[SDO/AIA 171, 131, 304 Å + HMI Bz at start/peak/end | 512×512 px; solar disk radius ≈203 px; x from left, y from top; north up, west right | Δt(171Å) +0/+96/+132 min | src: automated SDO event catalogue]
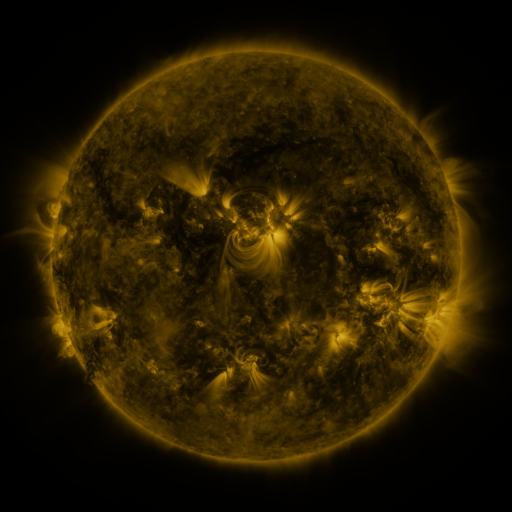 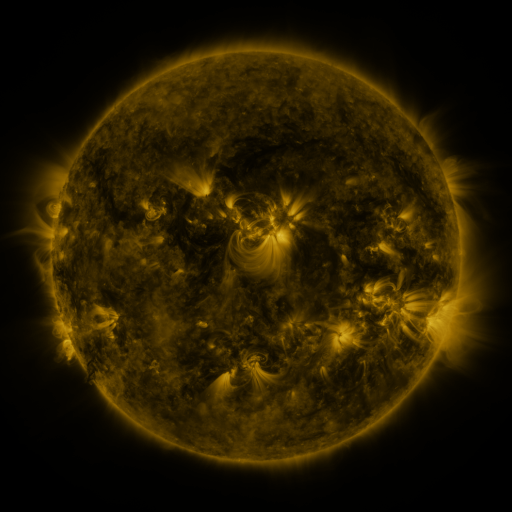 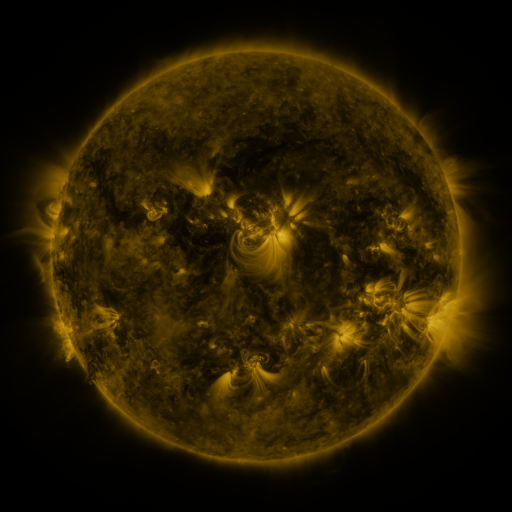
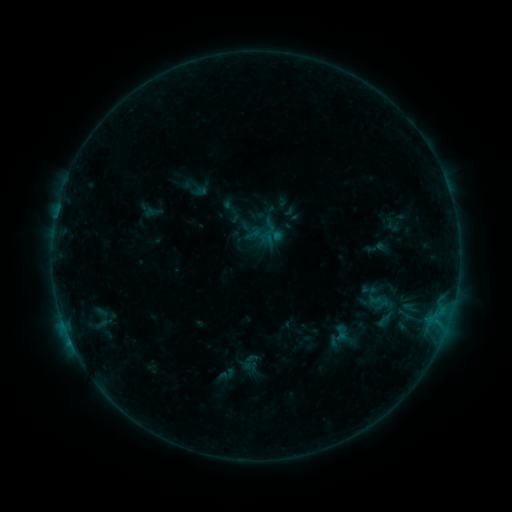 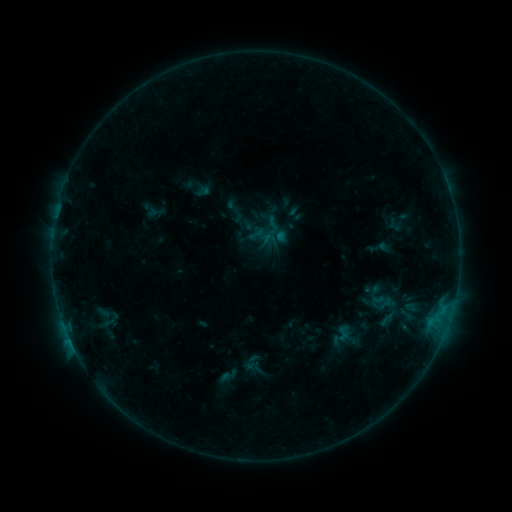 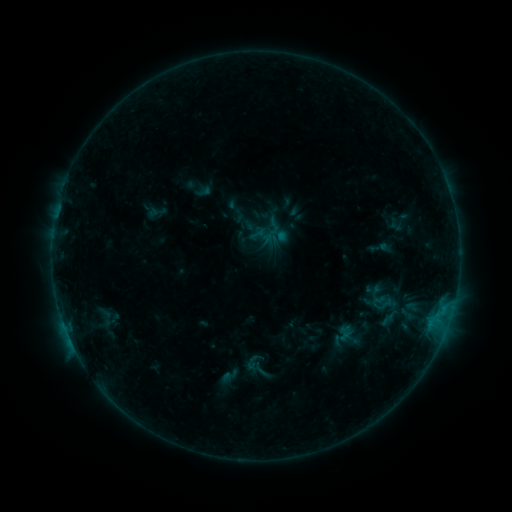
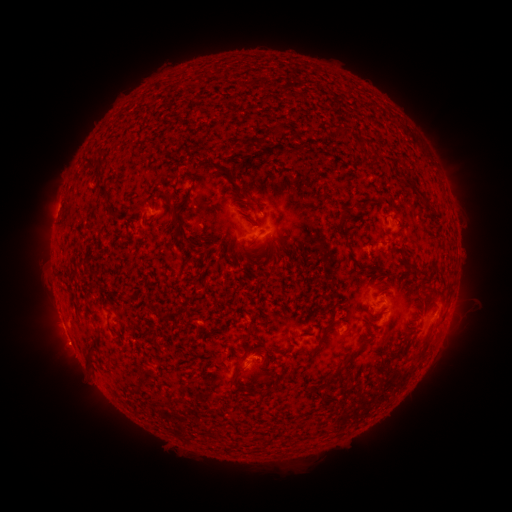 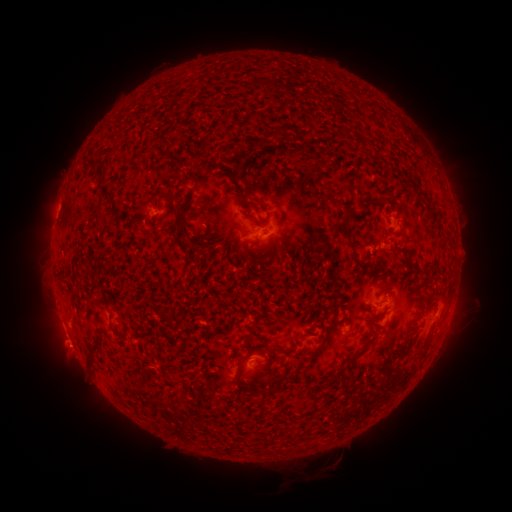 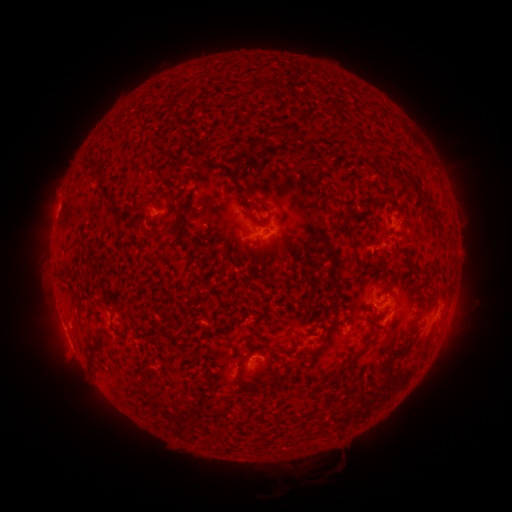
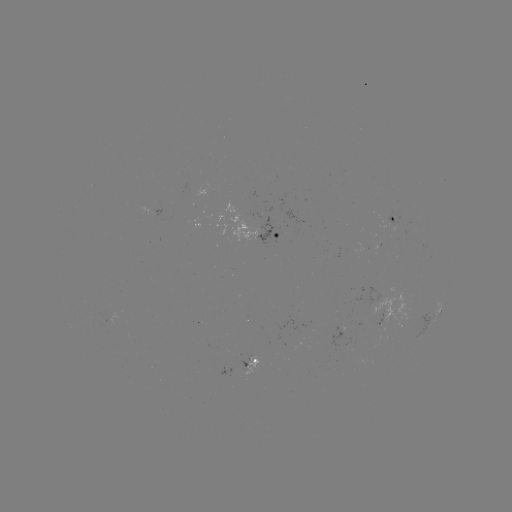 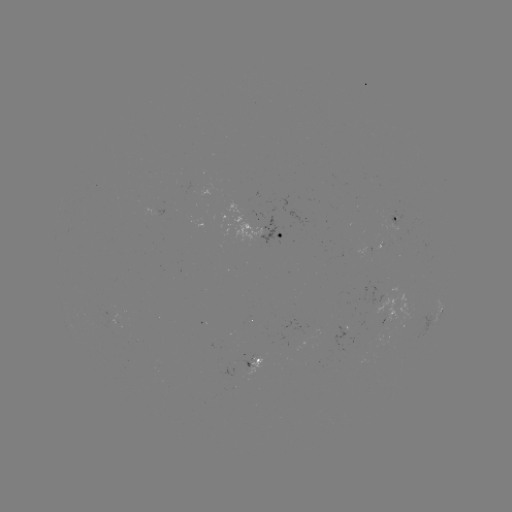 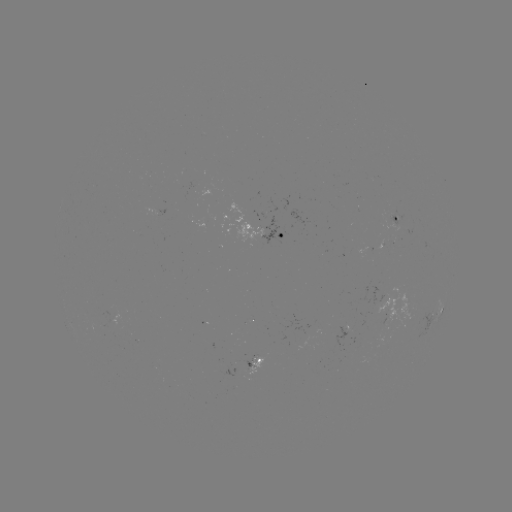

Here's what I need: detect emerging-flux region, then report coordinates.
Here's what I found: emerging-flux region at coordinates [132, 336].